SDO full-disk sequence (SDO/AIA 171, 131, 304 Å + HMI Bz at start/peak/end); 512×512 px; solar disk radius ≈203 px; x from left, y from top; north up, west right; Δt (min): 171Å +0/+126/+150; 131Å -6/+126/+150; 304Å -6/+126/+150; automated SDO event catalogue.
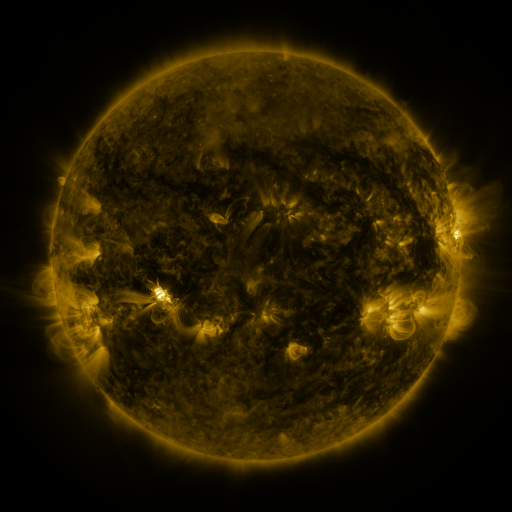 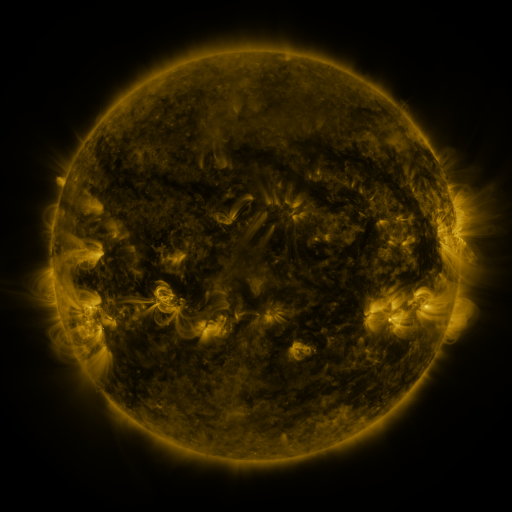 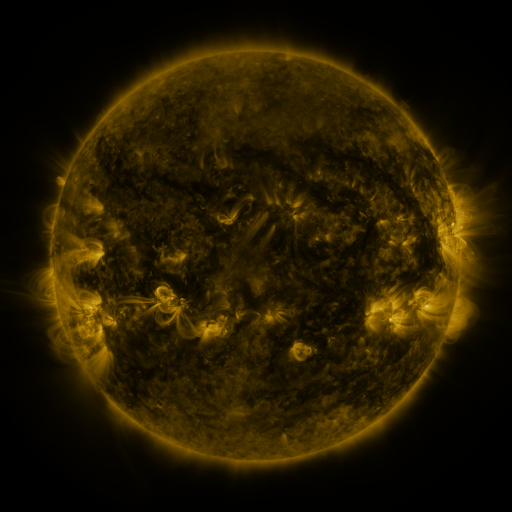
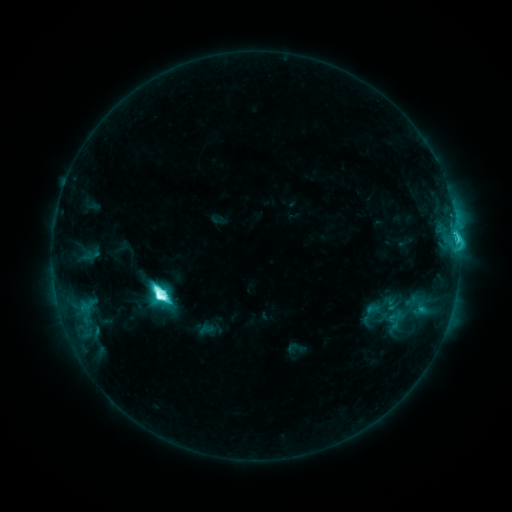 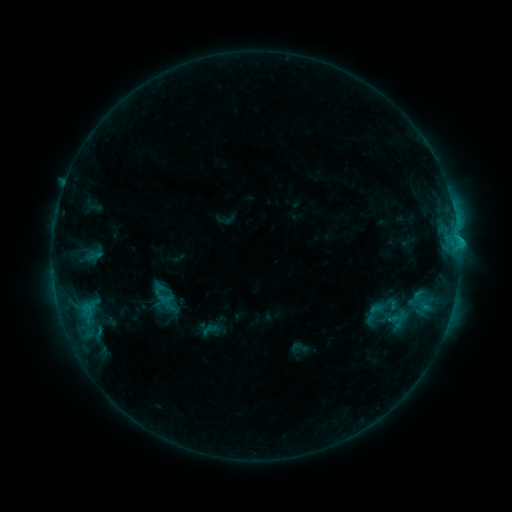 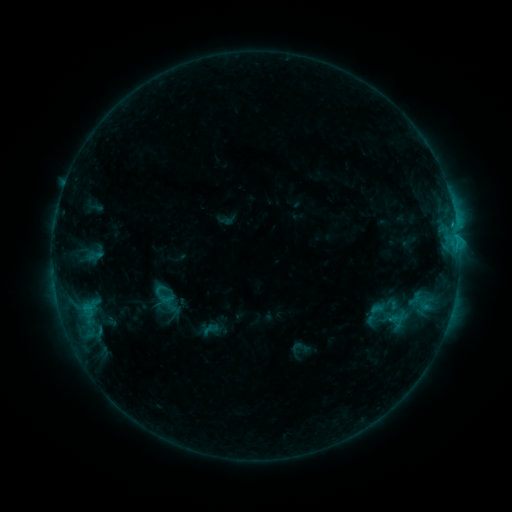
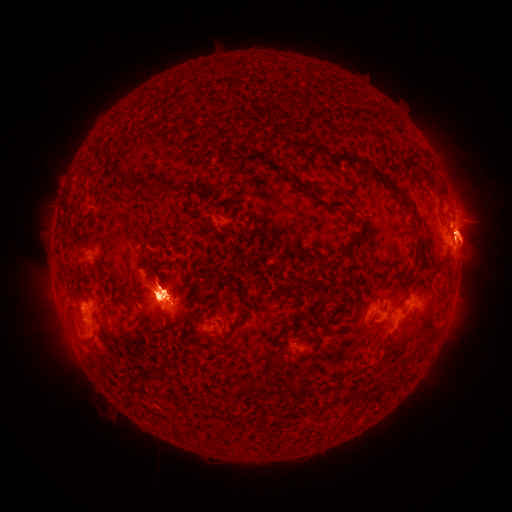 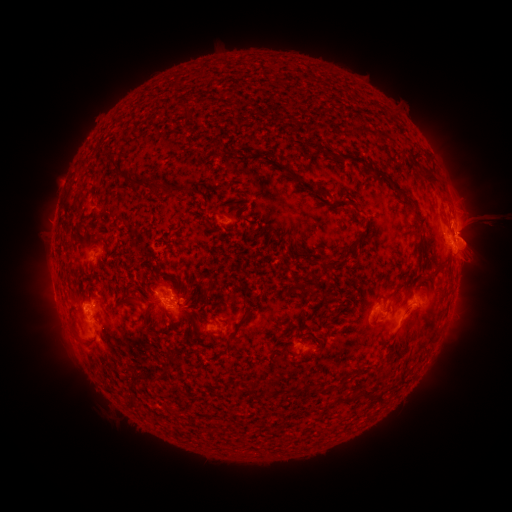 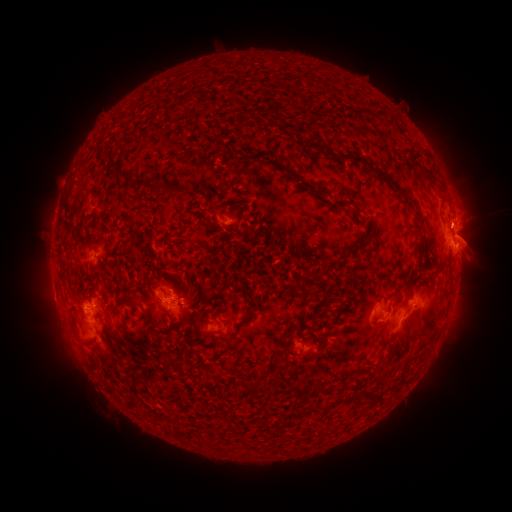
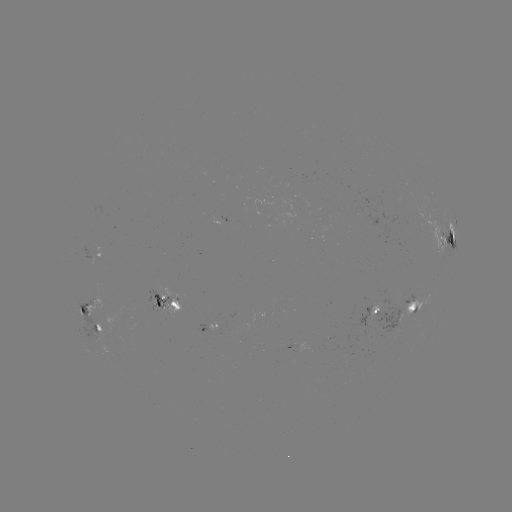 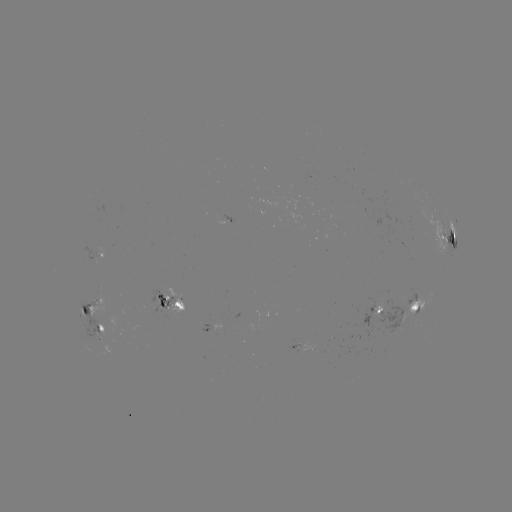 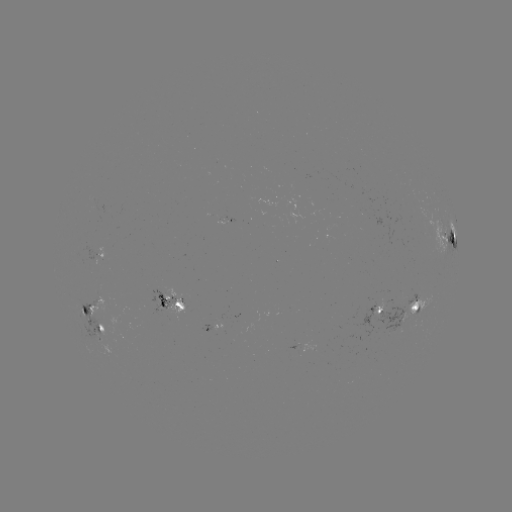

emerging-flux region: (147, 289, 176, 314)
